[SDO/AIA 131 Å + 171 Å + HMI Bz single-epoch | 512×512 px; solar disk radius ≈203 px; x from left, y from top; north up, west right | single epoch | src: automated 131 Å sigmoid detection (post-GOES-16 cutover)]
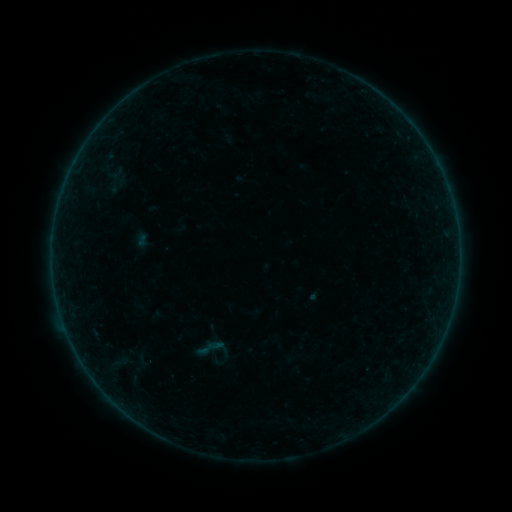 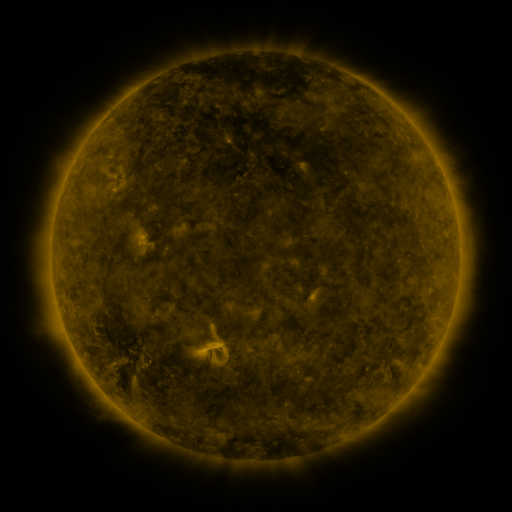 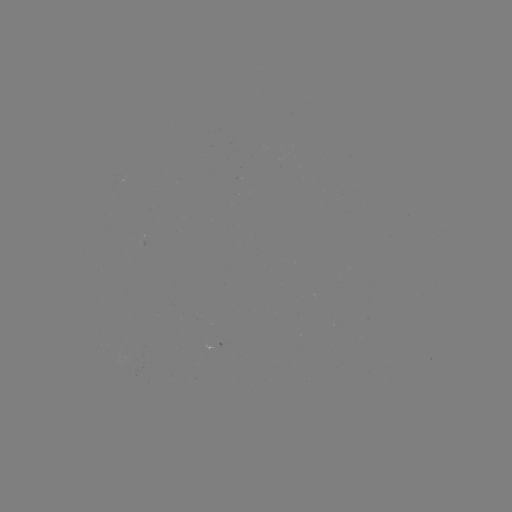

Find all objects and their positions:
sigmoid: (212, 349)
